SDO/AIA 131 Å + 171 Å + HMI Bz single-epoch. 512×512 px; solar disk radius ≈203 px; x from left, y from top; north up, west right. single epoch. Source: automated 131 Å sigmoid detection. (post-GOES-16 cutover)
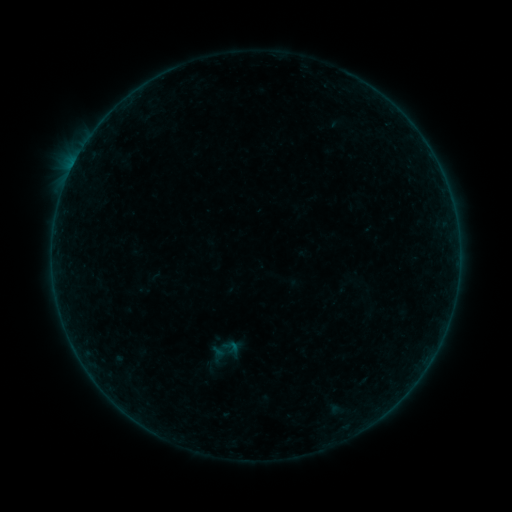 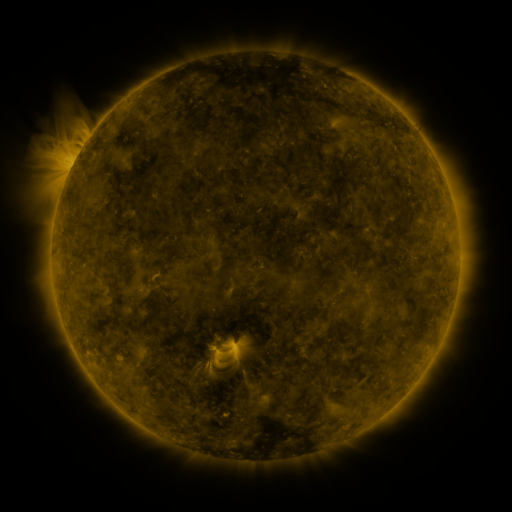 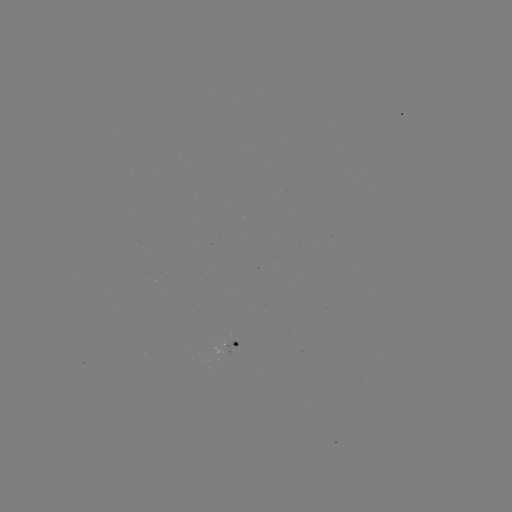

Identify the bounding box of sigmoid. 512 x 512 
[222, 338, 241, 356].